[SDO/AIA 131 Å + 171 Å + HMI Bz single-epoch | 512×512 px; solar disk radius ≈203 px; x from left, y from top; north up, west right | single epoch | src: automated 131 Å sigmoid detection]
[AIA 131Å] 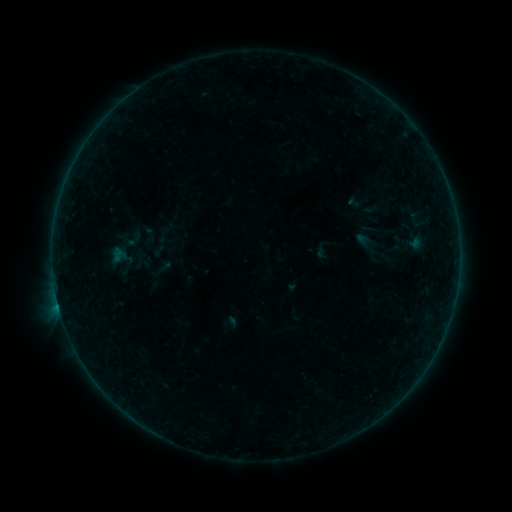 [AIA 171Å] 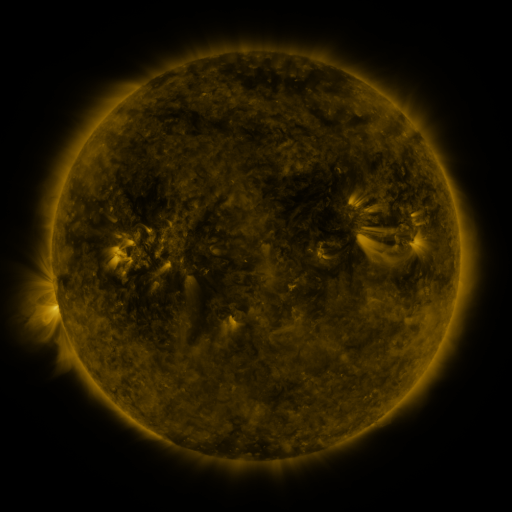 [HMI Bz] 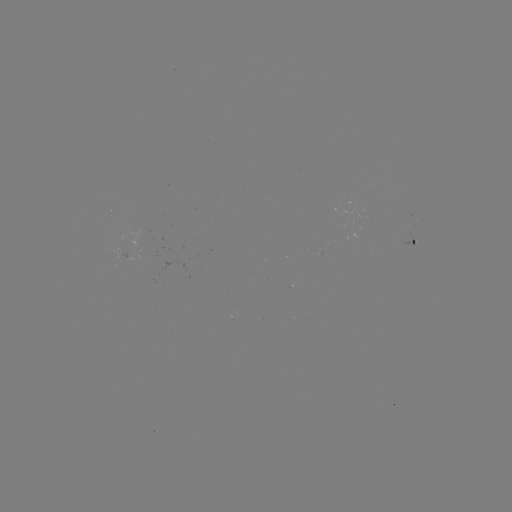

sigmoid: [134, 255, 149, 274]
